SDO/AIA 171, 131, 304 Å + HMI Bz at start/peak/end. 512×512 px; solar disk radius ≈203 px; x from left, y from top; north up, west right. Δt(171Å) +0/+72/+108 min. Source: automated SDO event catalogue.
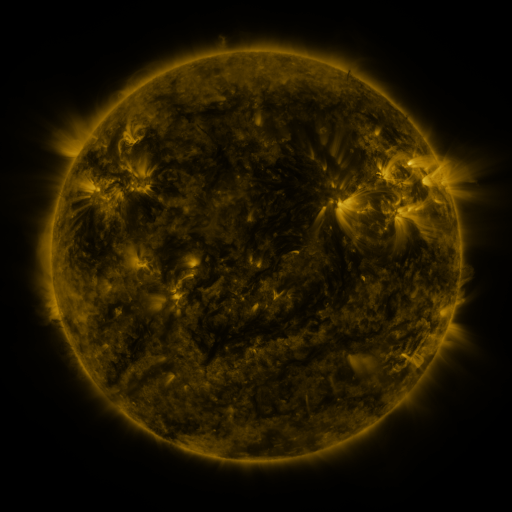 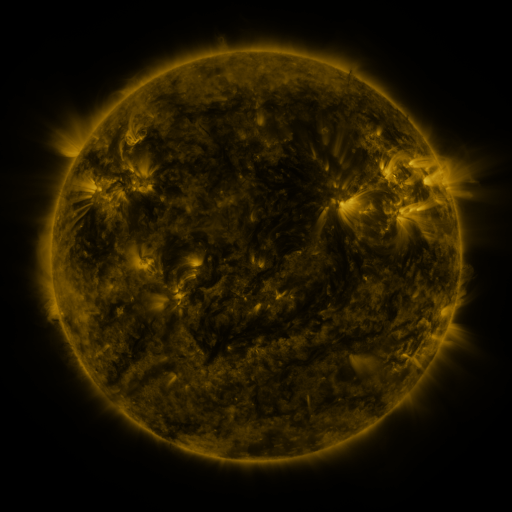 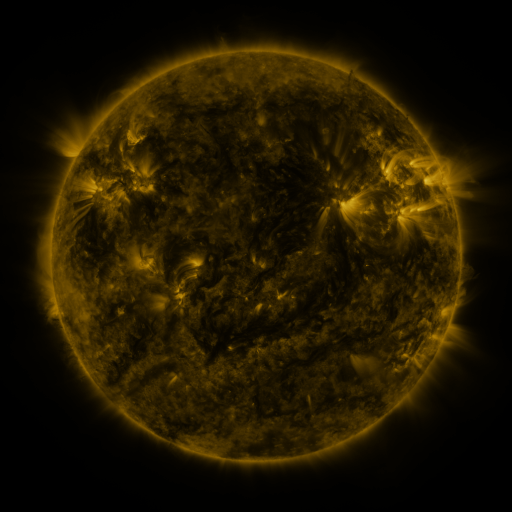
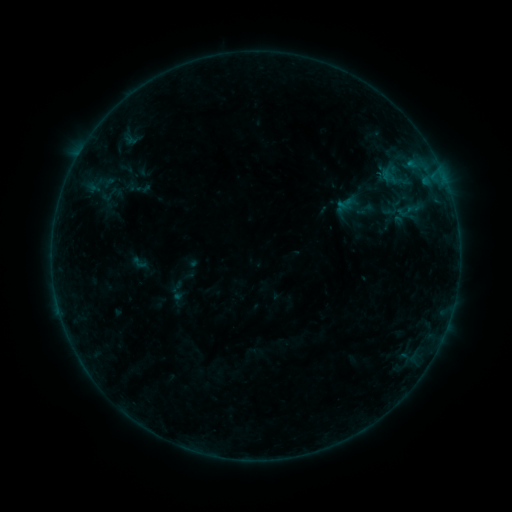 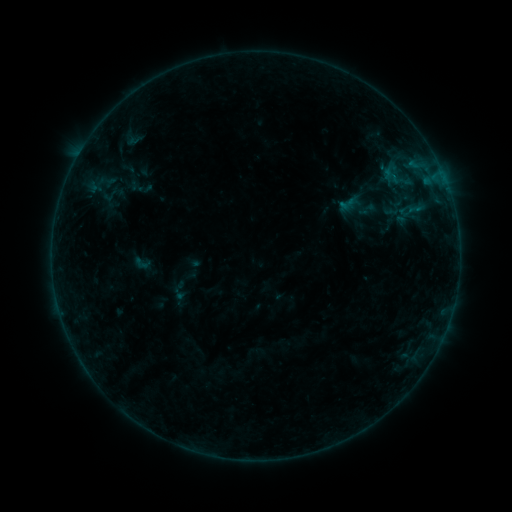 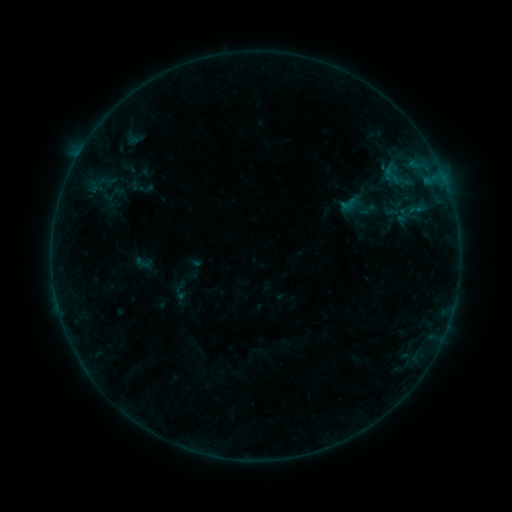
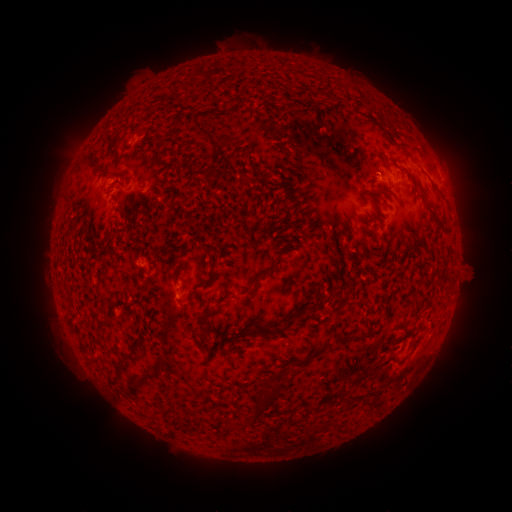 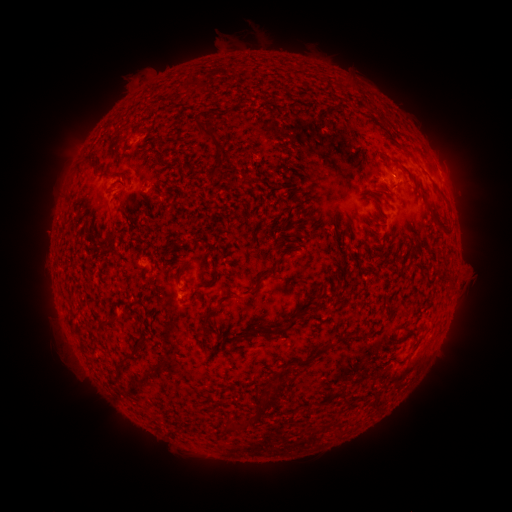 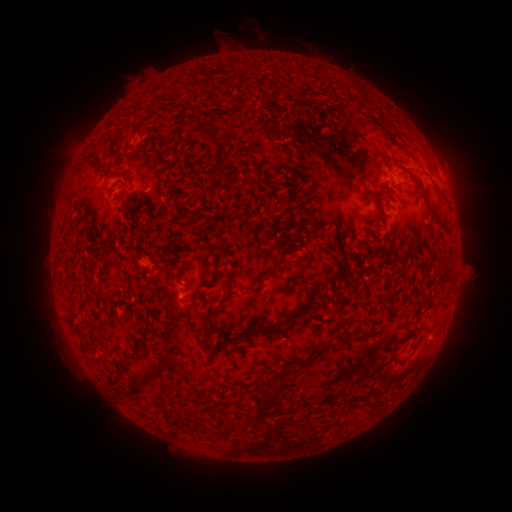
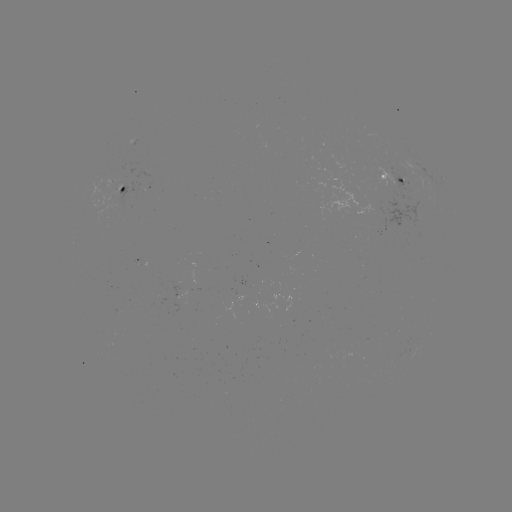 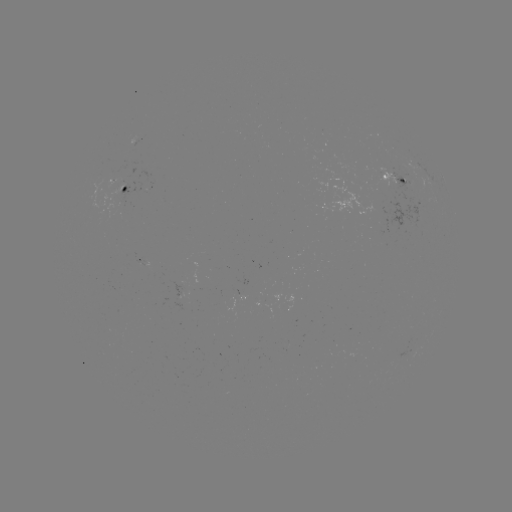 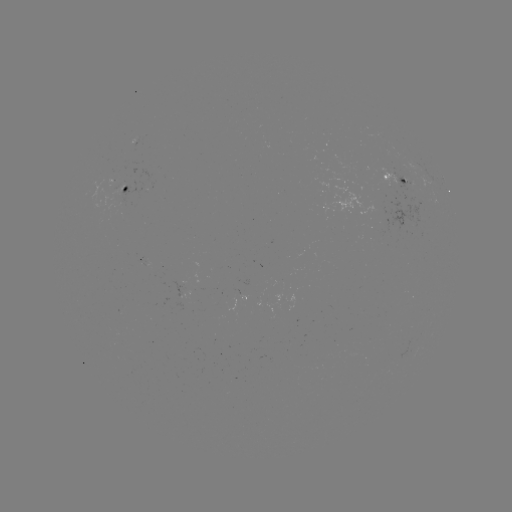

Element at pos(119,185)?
emerging-flux region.